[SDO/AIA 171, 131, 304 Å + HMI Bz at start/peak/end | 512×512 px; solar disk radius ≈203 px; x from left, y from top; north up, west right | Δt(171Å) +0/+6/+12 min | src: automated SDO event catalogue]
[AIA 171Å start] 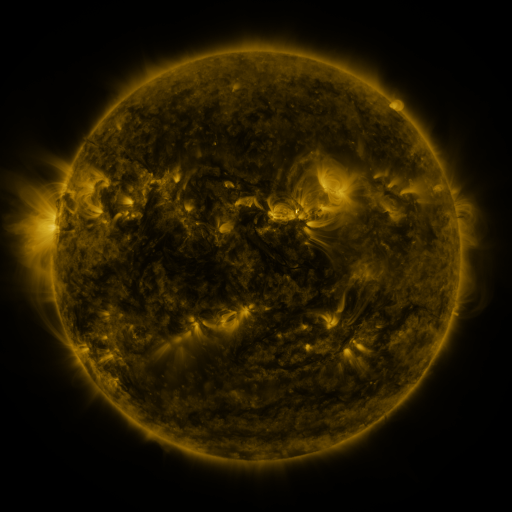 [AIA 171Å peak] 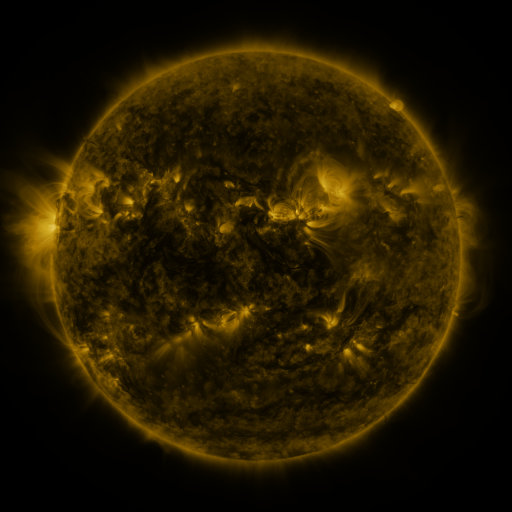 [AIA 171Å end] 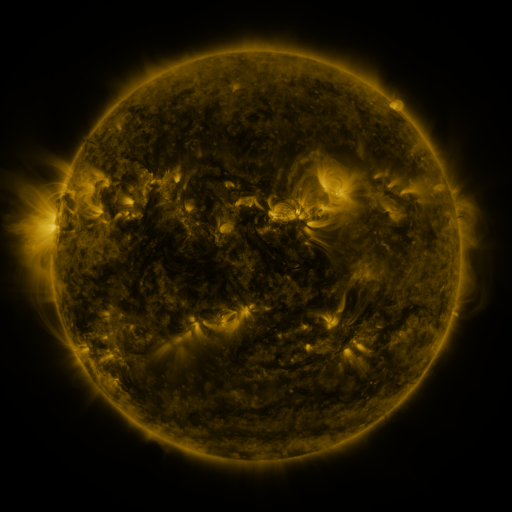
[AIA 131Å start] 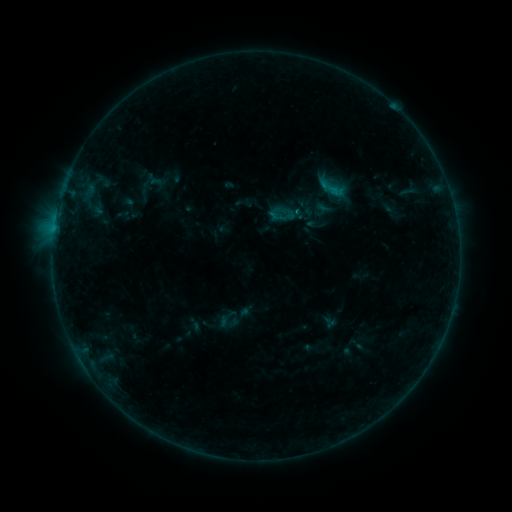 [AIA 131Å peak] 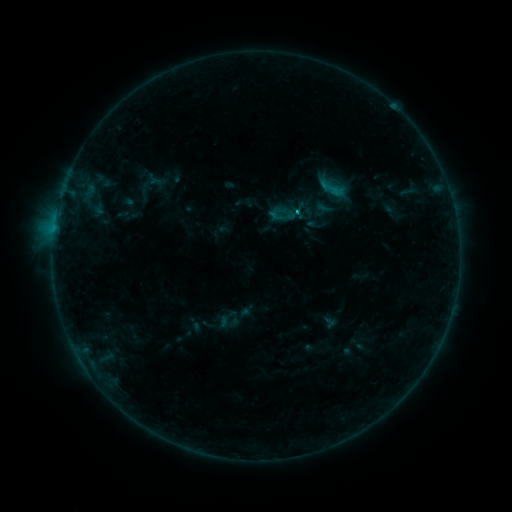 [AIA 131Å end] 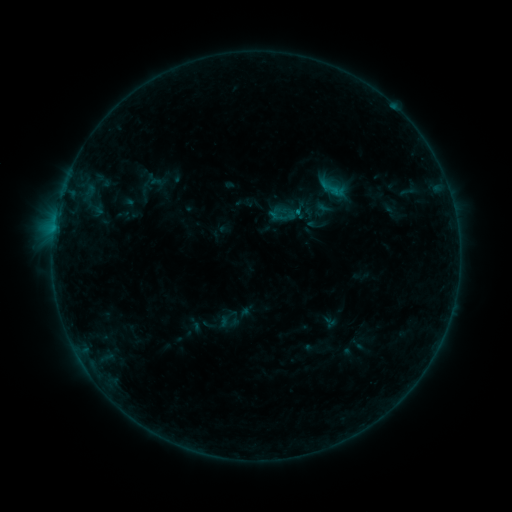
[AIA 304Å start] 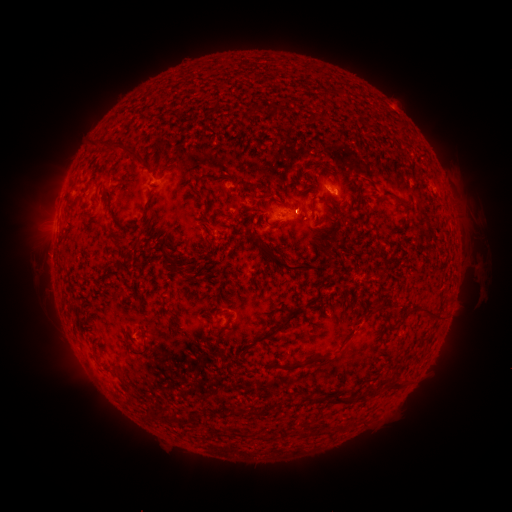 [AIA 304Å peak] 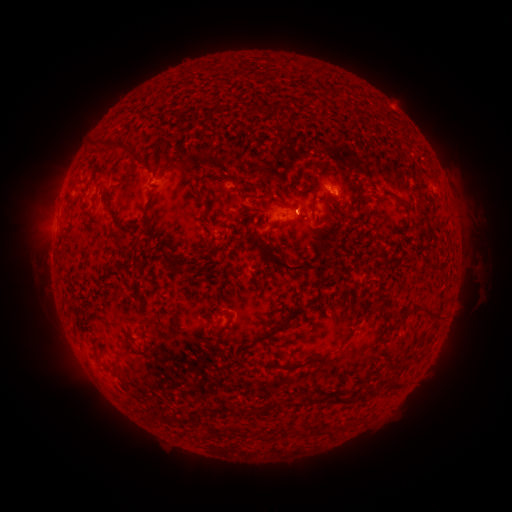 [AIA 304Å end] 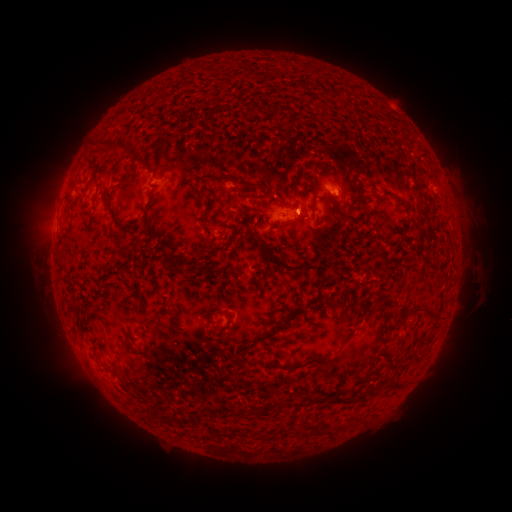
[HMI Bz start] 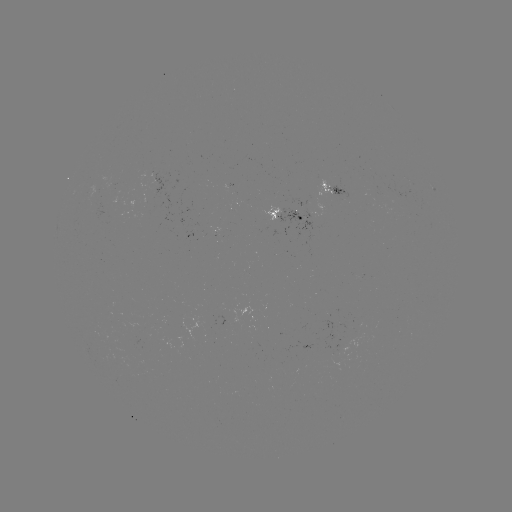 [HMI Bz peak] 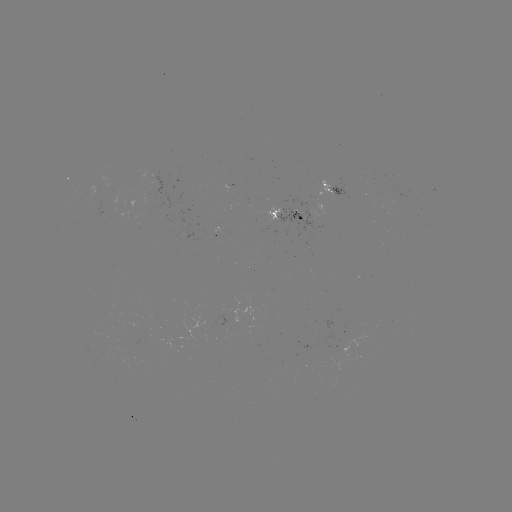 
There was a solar flare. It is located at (294, 215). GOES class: B5.7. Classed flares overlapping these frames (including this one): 1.